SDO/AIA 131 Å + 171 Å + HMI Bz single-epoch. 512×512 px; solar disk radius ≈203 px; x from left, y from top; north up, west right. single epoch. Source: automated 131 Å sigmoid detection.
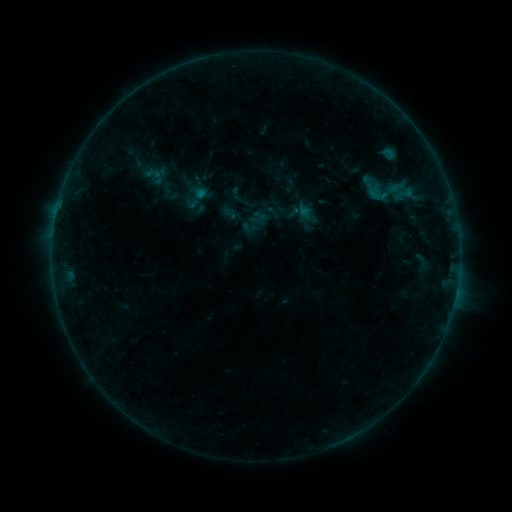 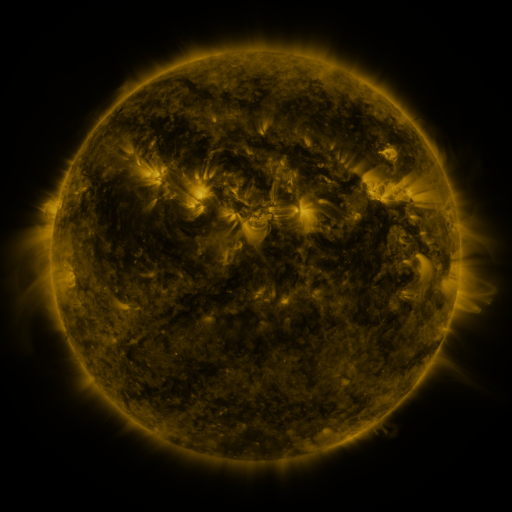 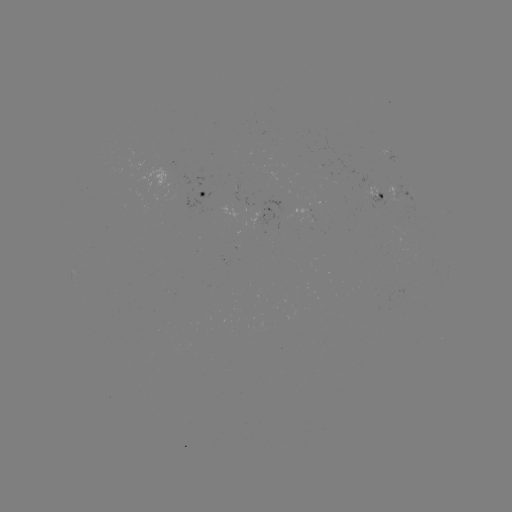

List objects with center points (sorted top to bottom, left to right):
sigmoid: (356, 174, 390, 206)
sigmoid: (181, 181, 211, 212)
